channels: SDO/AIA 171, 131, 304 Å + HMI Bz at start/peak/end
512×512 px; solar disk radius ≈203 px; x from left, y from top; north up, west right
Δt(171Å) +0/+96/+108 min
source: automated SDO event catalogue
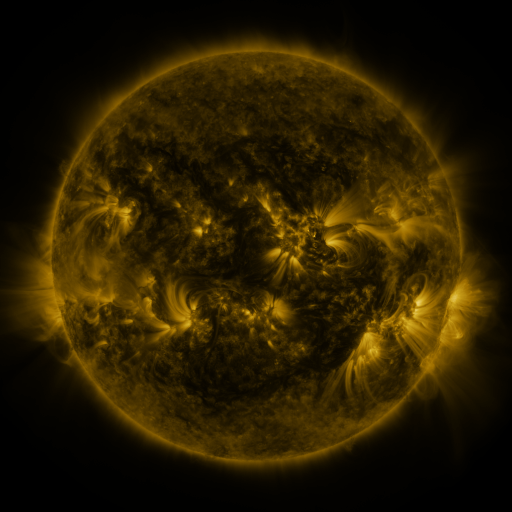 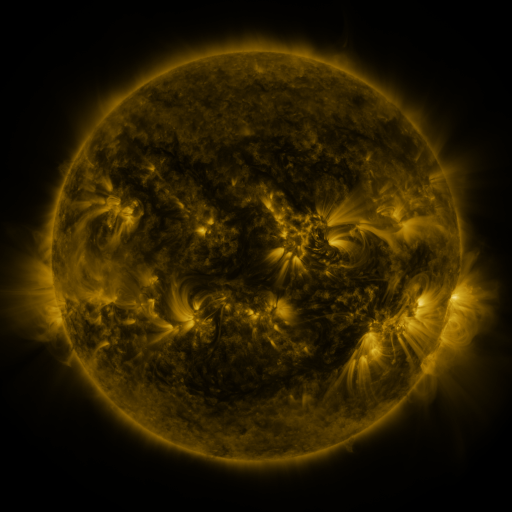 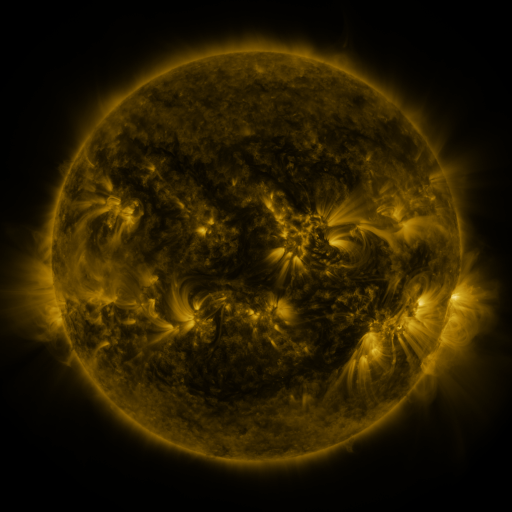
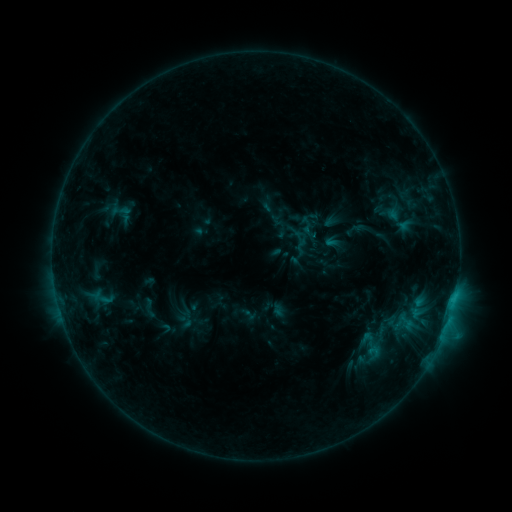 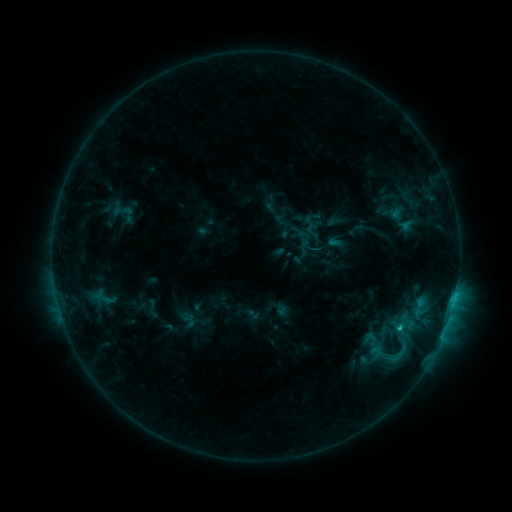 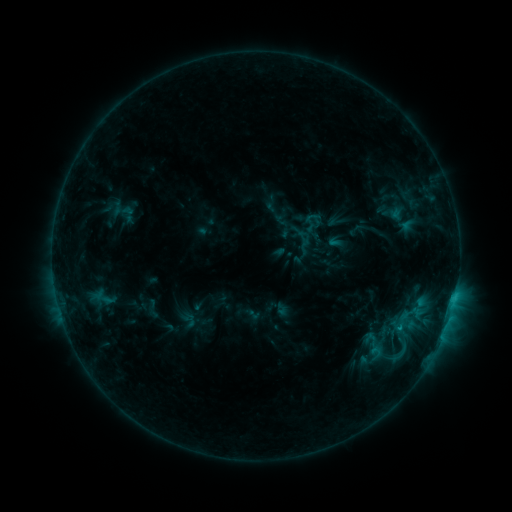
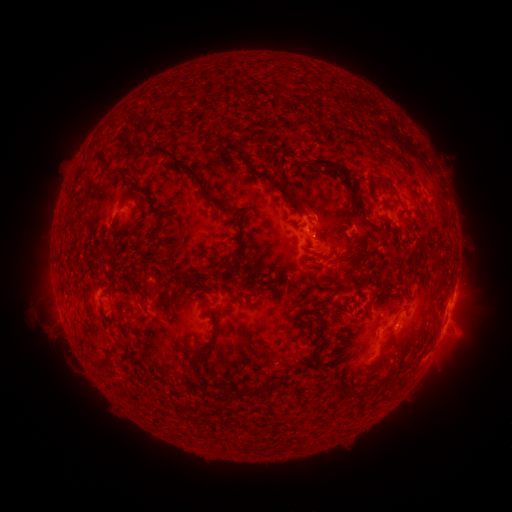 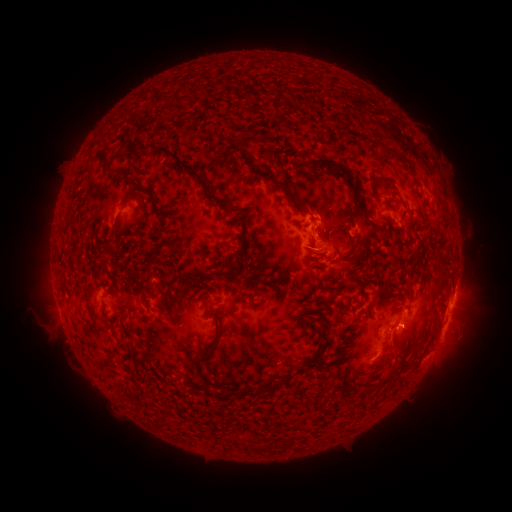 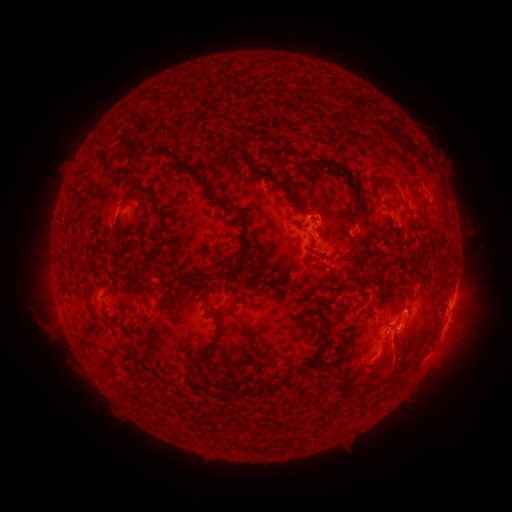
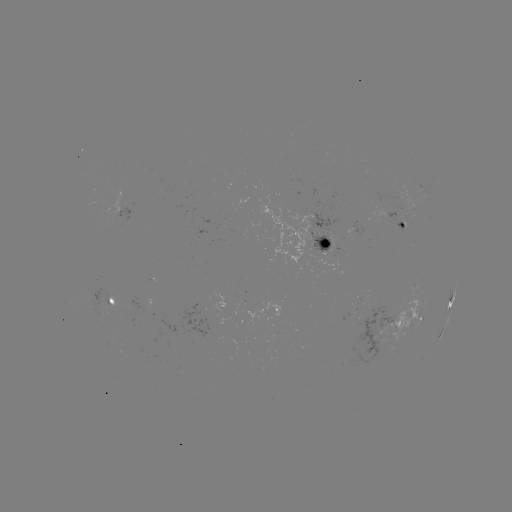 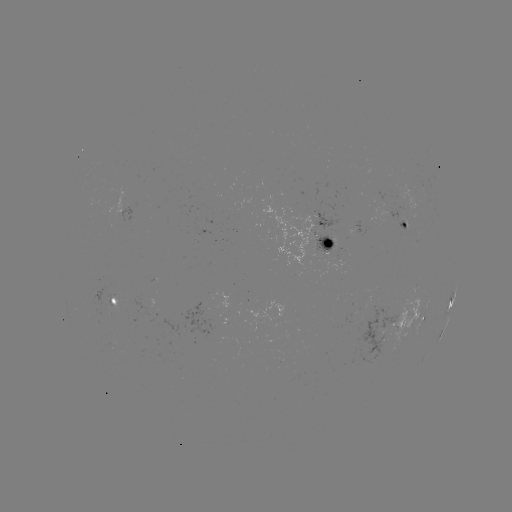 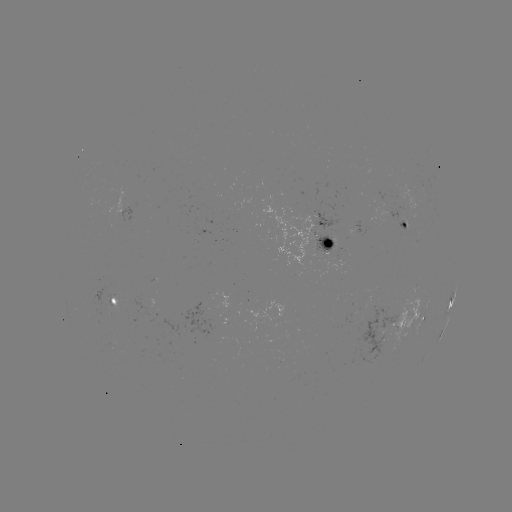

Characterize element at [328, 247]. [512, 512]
emerging-flux region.